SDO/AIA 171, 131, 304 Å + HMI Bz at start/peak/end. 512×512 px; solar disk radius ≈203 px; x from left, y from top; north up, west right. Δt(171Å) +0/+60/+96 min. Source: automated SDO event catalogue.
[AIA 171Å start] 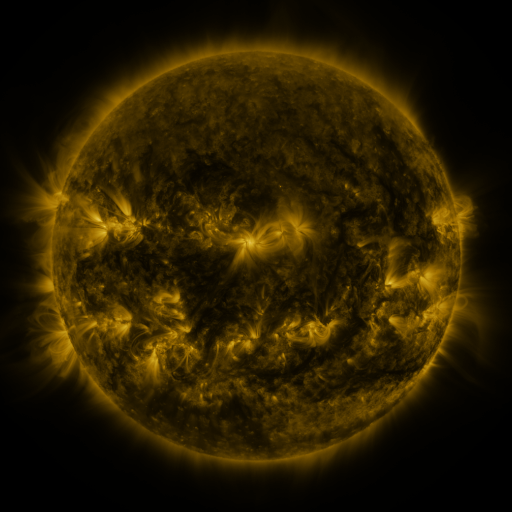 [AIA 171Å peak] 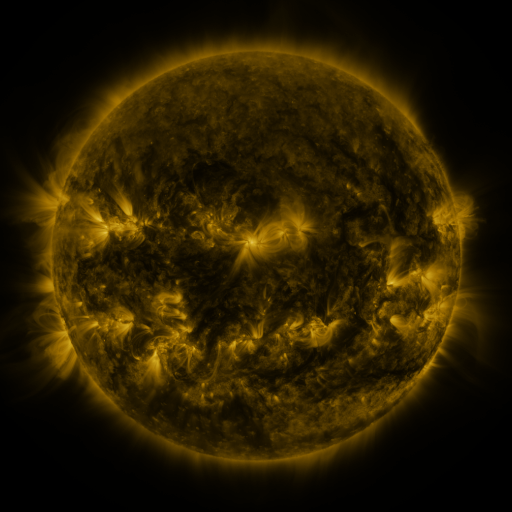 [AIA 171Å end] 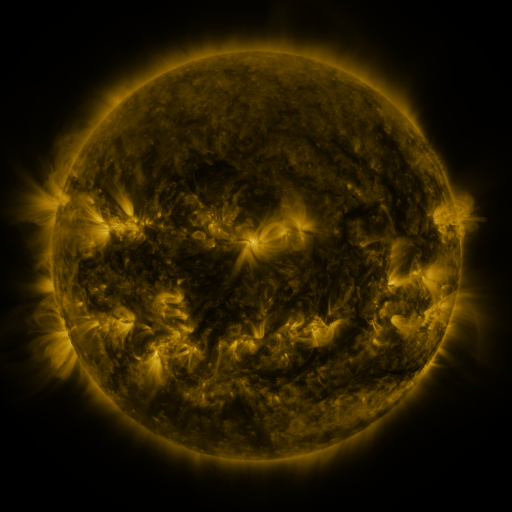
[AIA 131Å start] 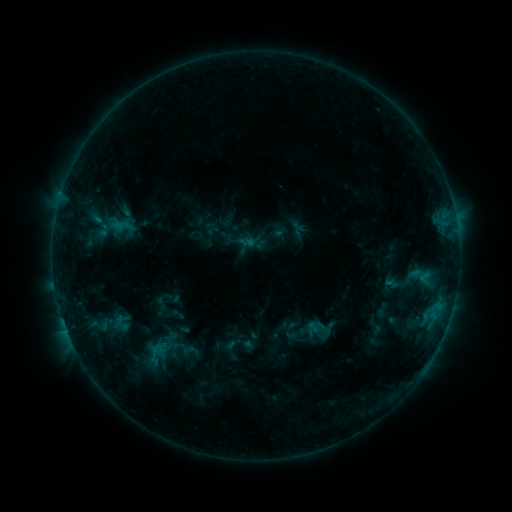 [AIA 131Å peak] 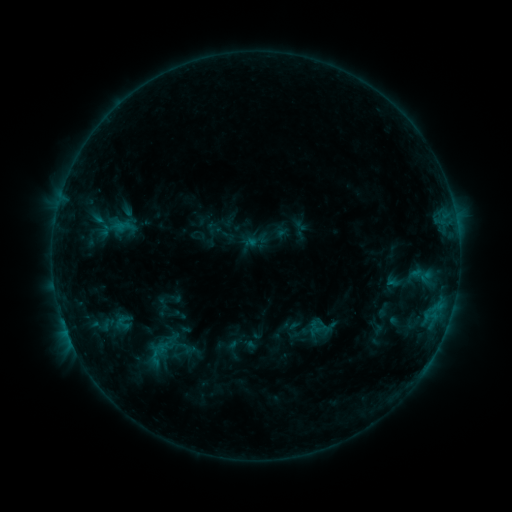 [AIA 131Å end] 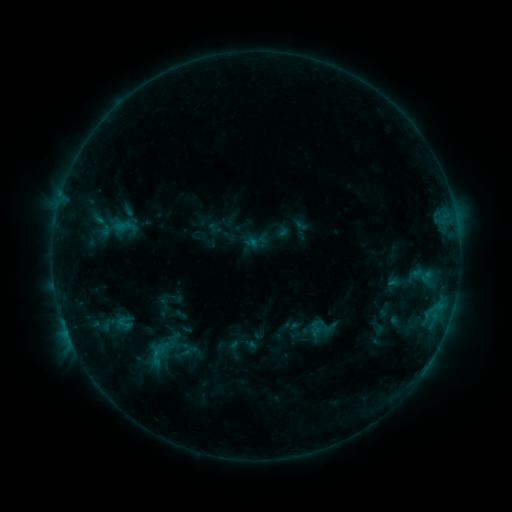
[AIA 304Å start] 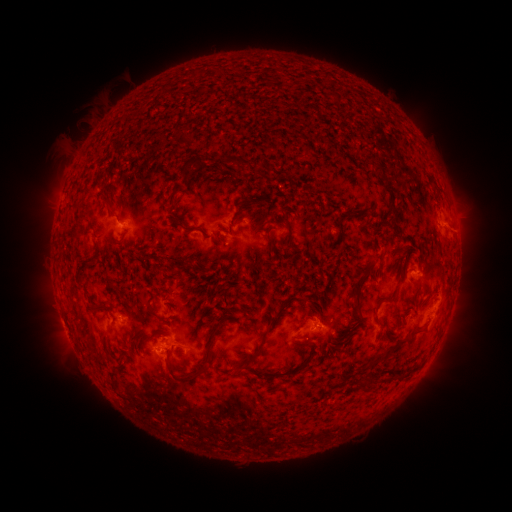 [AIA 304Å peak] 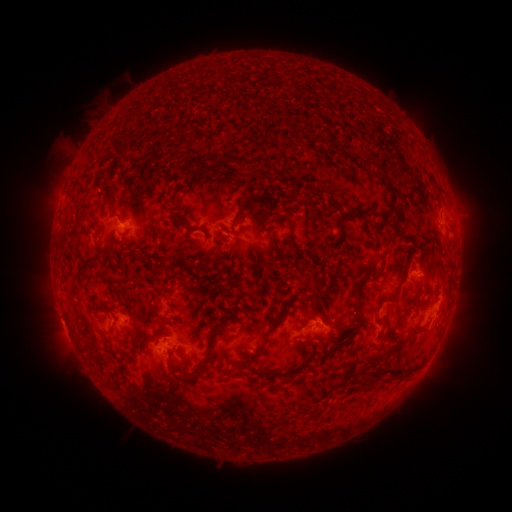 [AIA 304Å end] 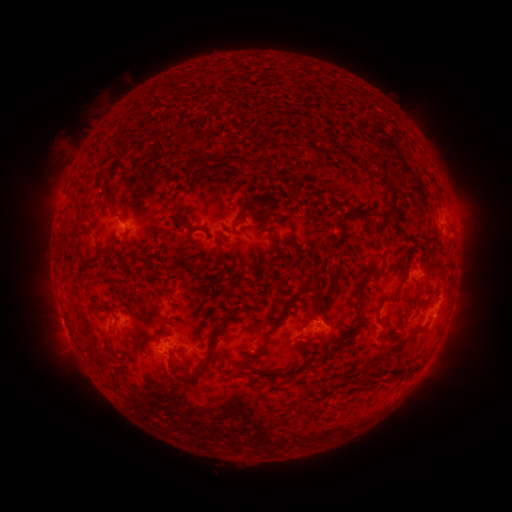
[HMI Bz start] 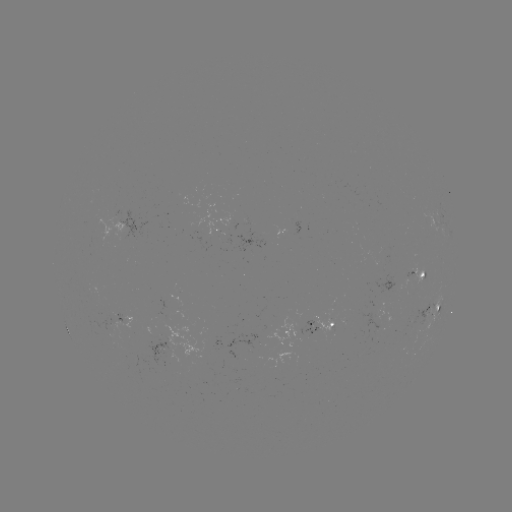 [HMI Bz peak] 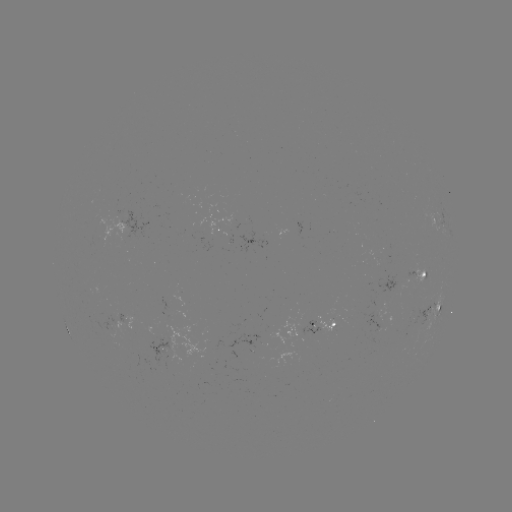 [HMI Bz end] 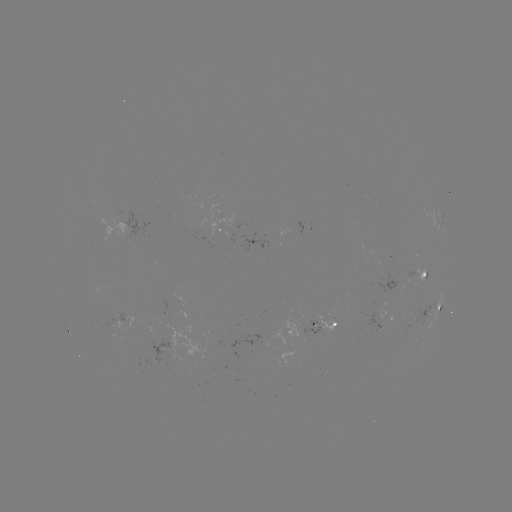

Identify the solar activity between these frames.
emerging-flux region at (173, 328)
